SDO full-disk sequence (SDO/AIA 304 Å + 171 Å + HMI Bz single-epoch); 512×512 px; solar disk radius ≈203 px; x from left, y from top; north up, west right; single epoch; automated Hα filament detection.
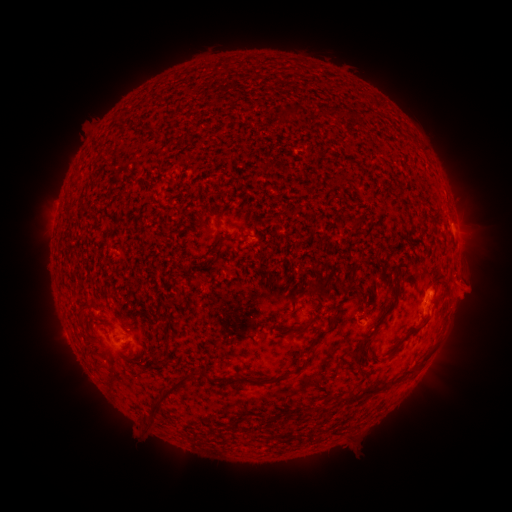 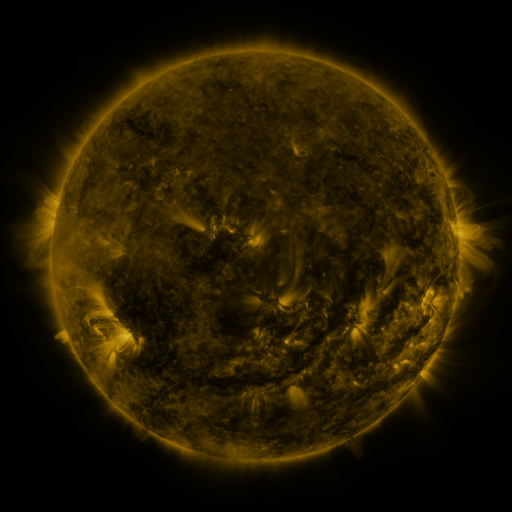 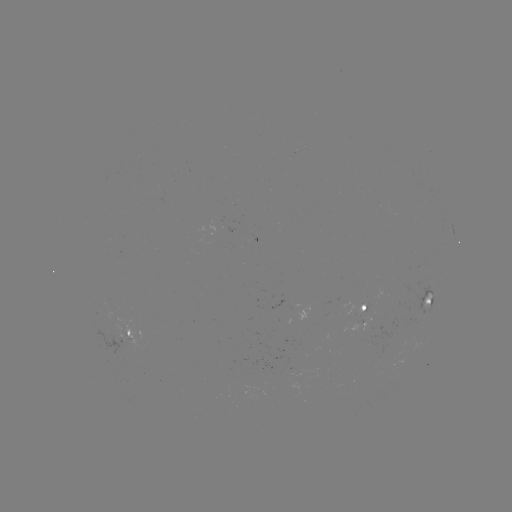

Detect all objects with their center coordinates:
filament: <bbox>275, 104, 299, 118</bbox>
filament: <bbox>315, 106, 333, 118</bbox>
filament: <bbox>139, 127, 153, 136</bbox>
filament: <bbox>207, 209, 217, 218</bbox>
filament: <bbox>312, 272, 333, 293</bbox>
filament: <bbox>351, 294, 399, 372</bbox>
filament: <bbox>79, 306, 88, 316</bbox>
filament: <bbox>421, 314, 432, 325</bbox>
filament: <bbox>283, 319, 314, 335</bbox>
filament: <bbox>305, 344, 314, 353</bbox>
filament: <bbox>342, 362, 421, 404</bbox>
filament: <bbox>143, 372, 194, 426</bbox>
filament: <bbox>250, 372, 286, 385</bbox>
